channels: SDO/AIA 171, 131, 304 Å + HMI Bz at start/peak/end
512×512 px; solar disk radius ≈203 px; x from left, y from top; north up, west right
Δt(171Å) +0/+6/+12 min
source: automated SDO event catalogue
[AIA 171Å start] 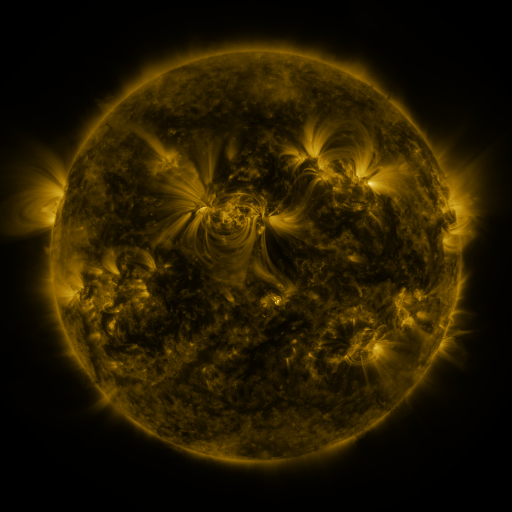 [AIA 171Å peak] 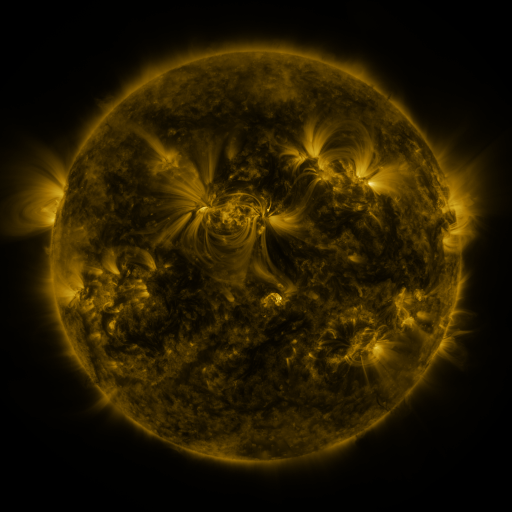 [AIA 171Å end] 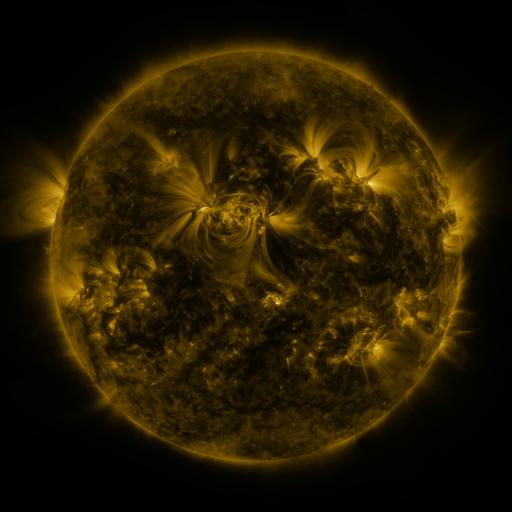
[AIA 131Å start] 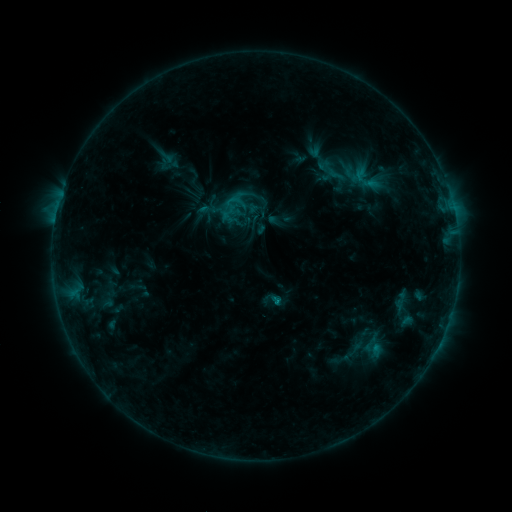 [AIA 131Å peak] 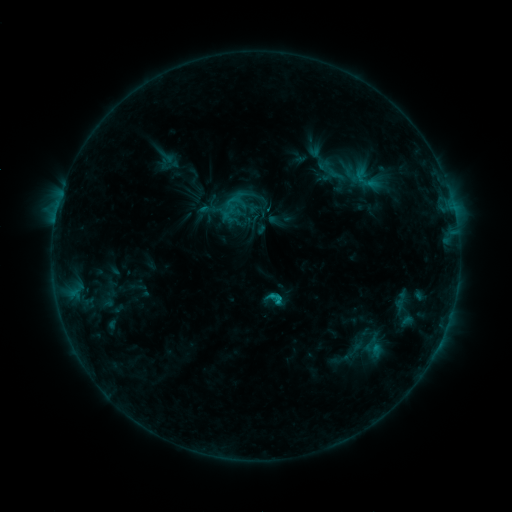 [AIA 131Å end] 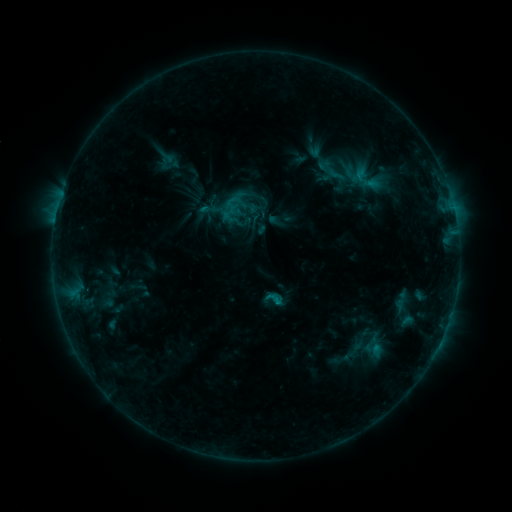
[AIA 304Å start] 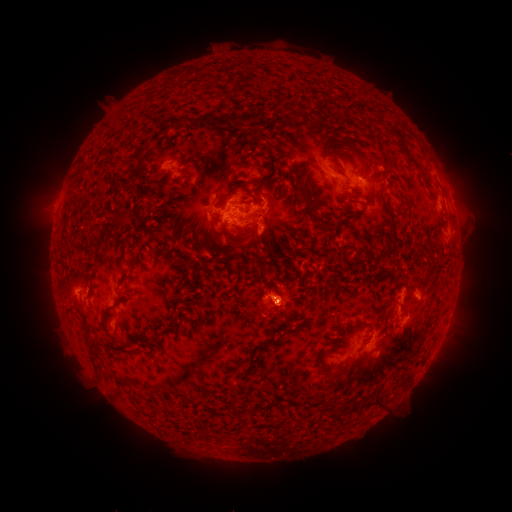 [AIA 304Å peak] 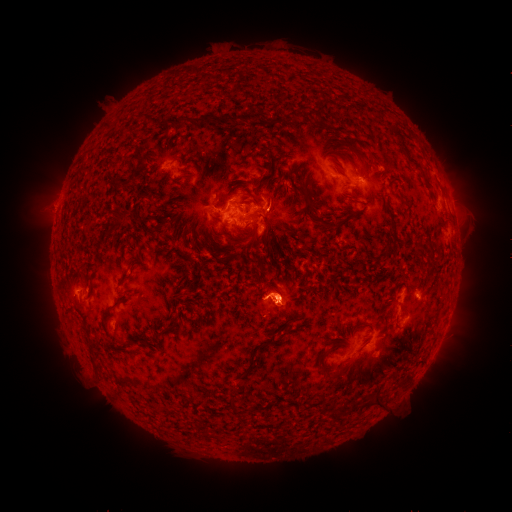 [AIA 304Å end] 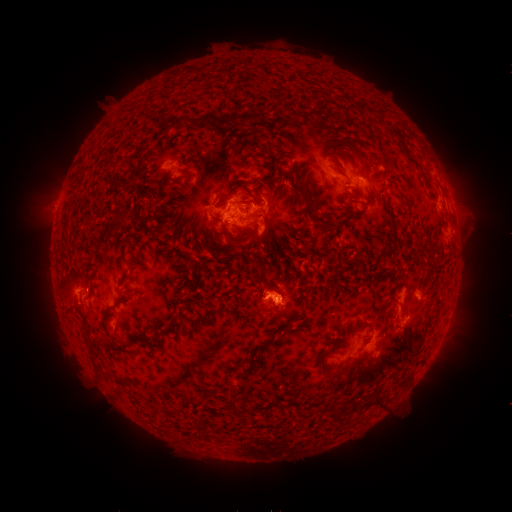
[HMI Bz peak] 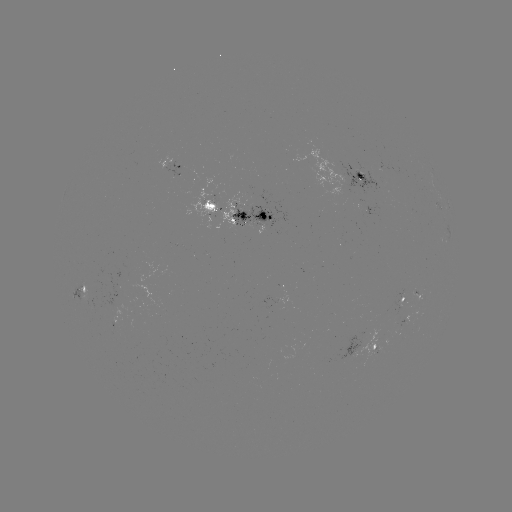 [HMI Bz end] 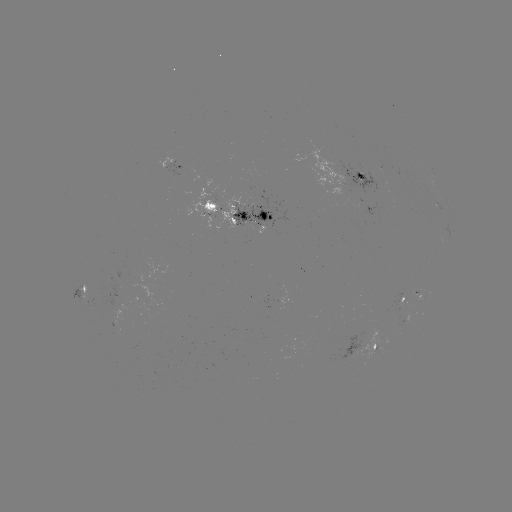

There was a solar flare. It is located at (276, 300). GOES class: C1.5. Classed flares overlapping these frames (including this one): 2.